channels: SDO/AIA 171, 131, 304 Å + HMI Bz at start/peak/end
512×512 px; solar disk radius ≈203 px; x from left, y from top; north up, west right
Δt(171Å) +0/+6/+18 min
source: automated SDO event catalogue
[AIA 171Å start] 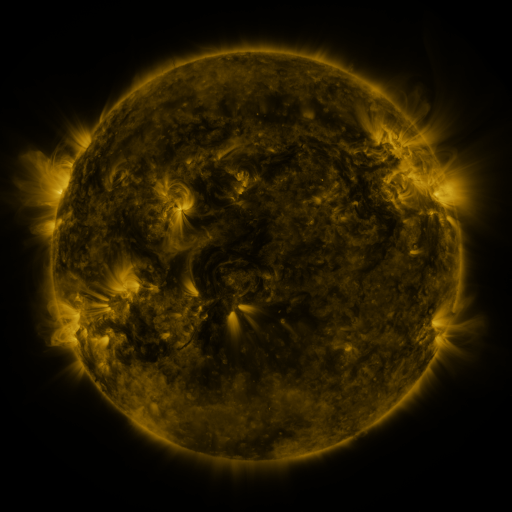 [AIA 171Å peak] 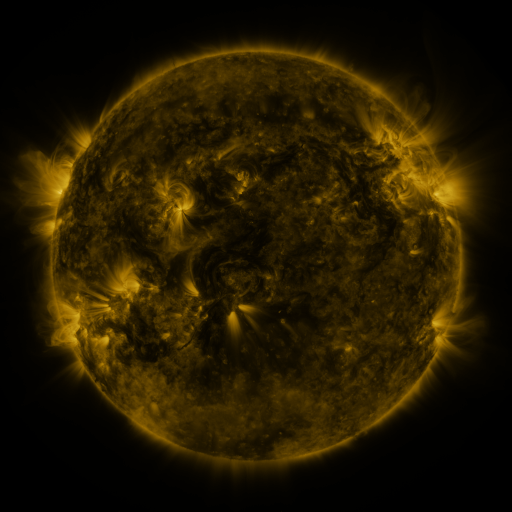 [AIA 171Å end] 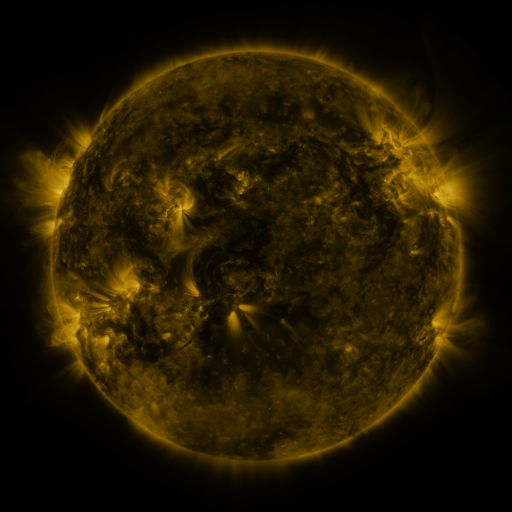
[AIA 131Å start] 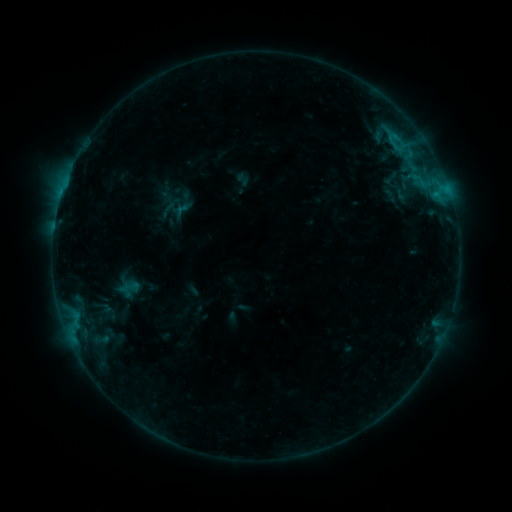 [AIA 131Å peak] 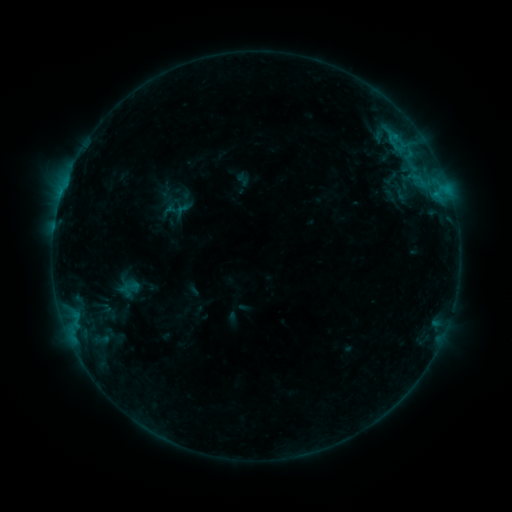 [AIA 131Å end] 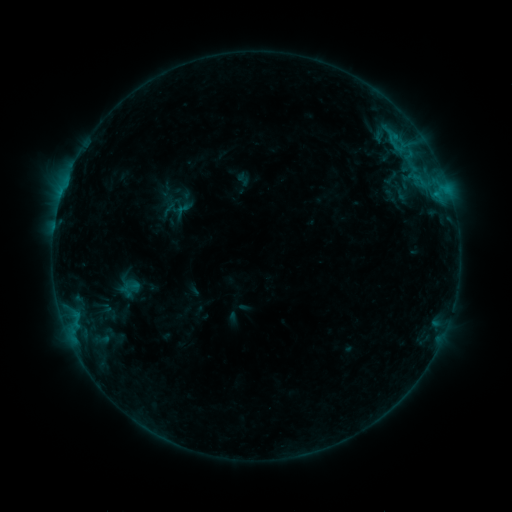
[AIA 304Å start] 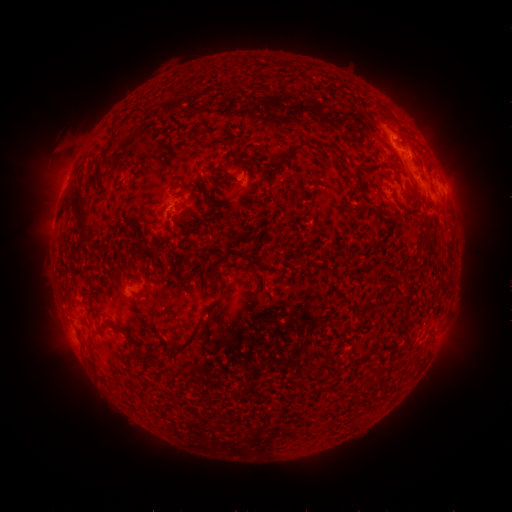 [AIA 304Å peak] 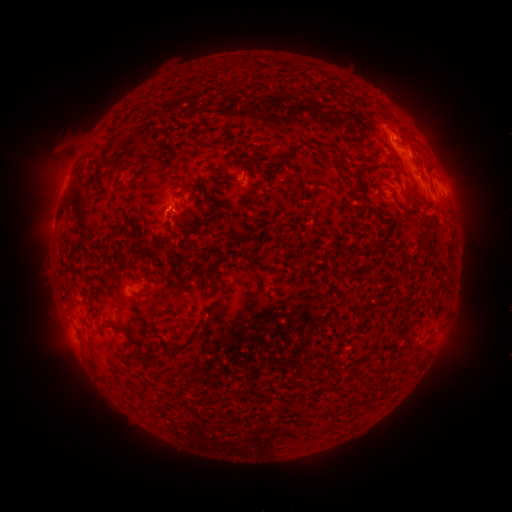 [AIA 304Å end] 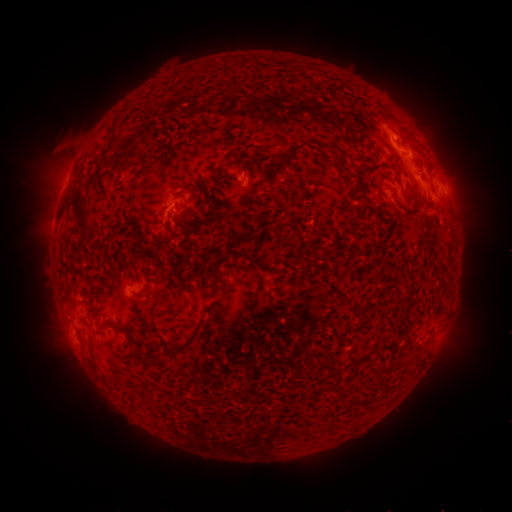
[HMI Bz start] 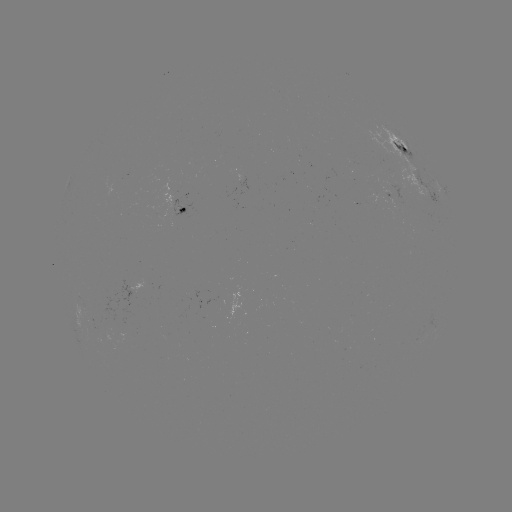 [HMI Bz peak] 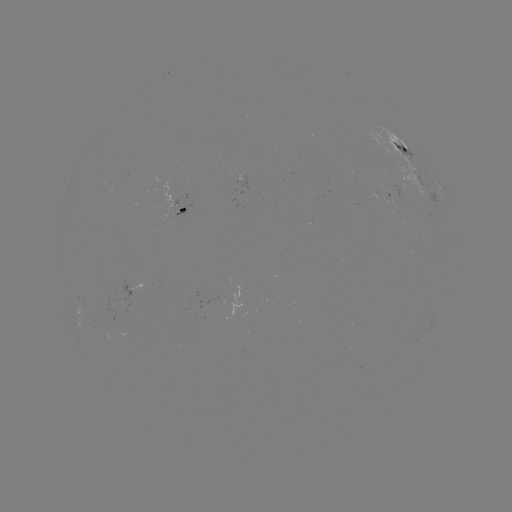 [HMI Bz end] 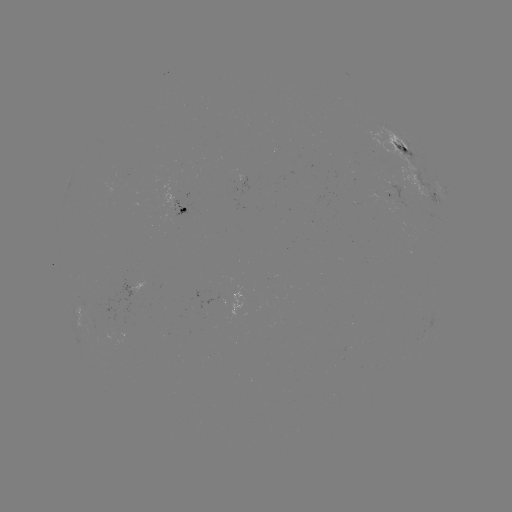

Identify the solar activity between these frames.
no classed flare was catalogued and no EUV brightening was flagged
